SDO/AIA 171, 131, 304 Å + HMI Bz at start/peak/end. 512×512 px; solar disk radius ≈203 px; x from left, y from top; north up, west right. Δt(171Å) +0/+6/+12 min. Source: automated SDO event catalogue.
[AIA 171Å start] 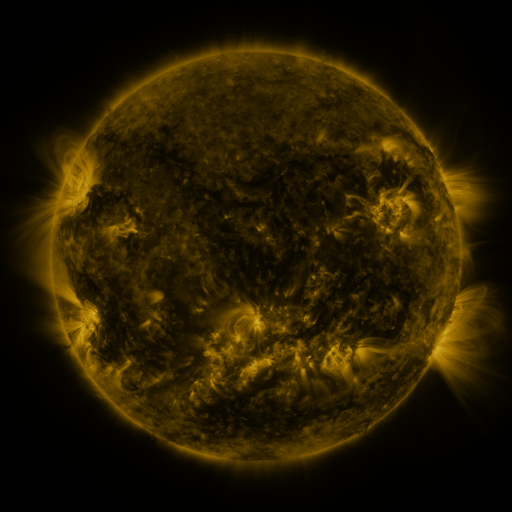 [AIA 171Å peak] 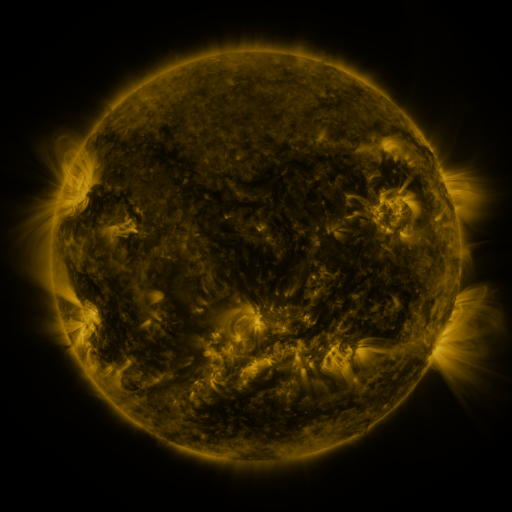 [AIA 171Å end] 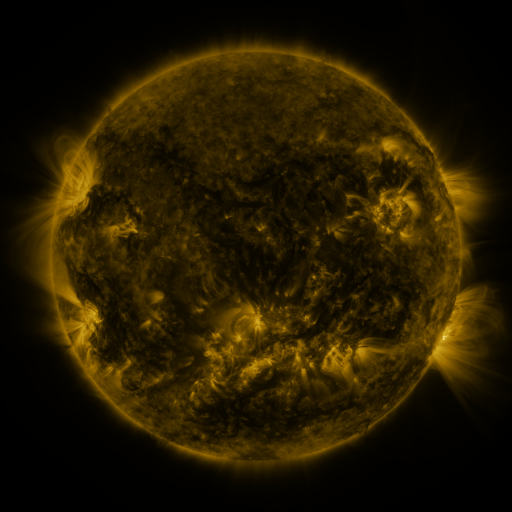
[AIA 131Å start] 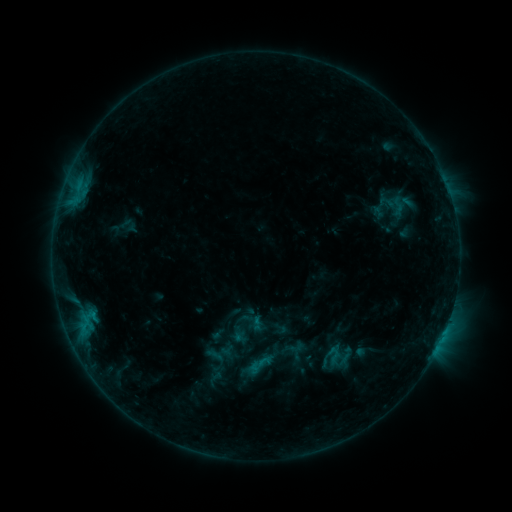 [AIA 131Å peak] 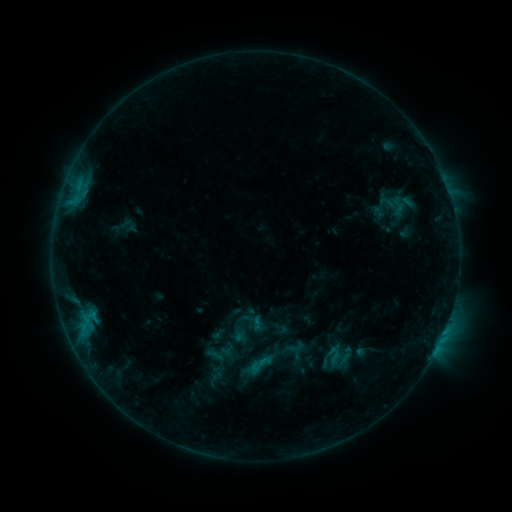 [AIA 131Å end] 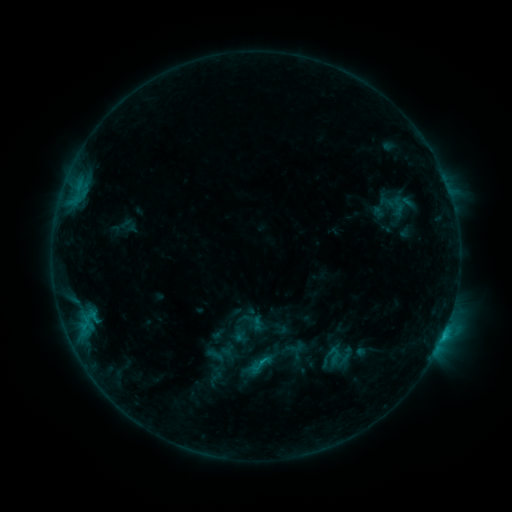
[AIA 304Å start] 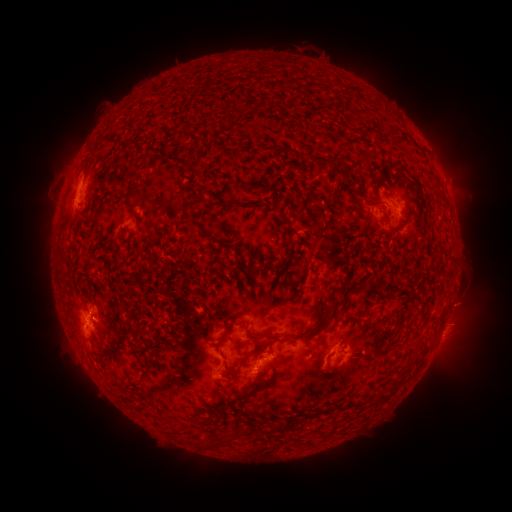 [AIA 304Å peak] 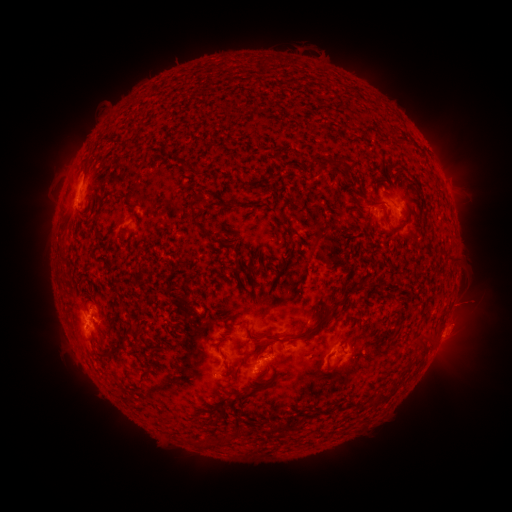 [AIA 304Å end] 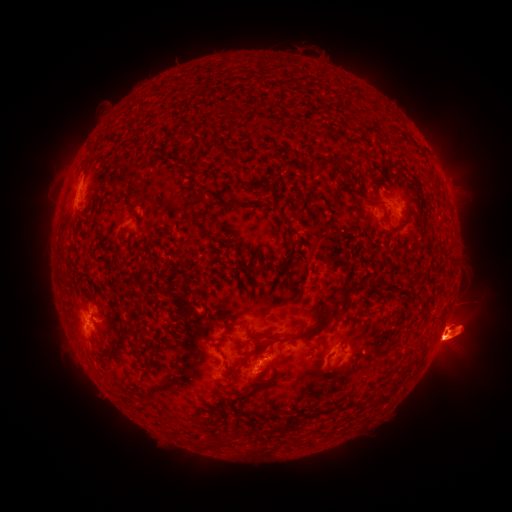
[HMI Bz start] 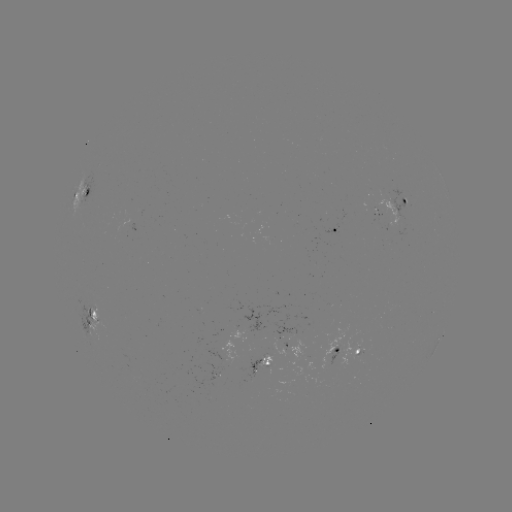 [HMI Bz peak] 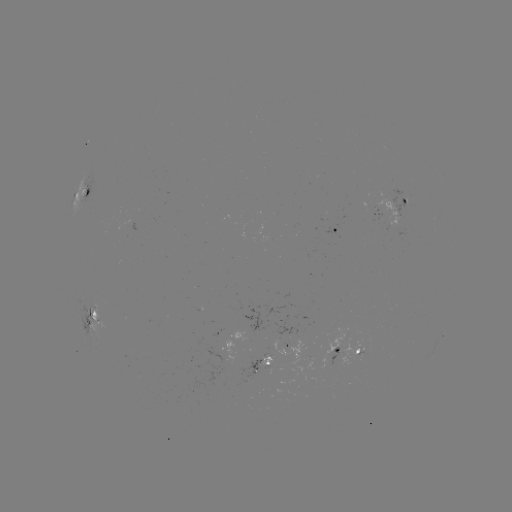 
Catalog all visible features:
eruption: (460, 337)
